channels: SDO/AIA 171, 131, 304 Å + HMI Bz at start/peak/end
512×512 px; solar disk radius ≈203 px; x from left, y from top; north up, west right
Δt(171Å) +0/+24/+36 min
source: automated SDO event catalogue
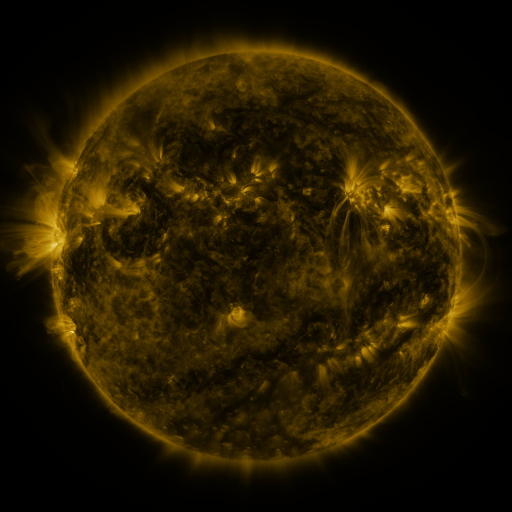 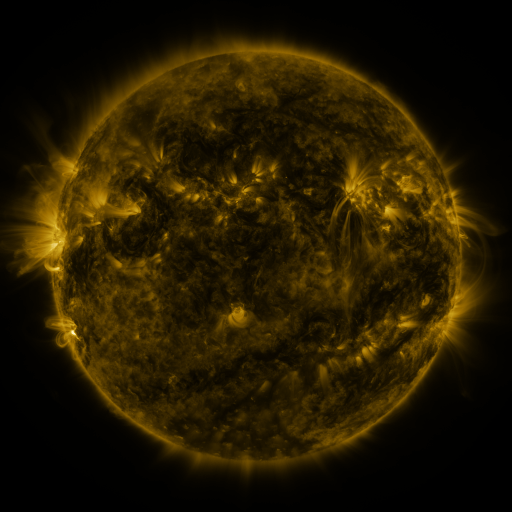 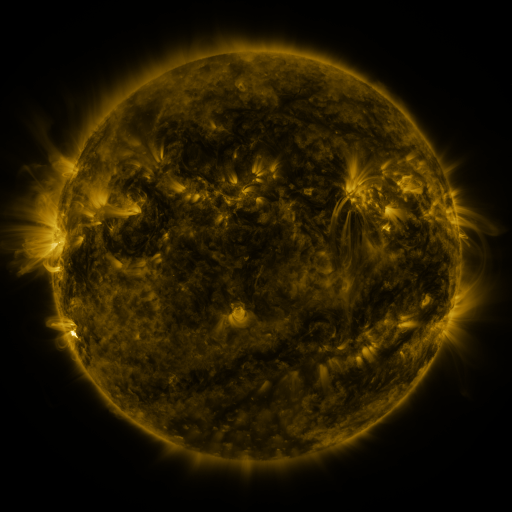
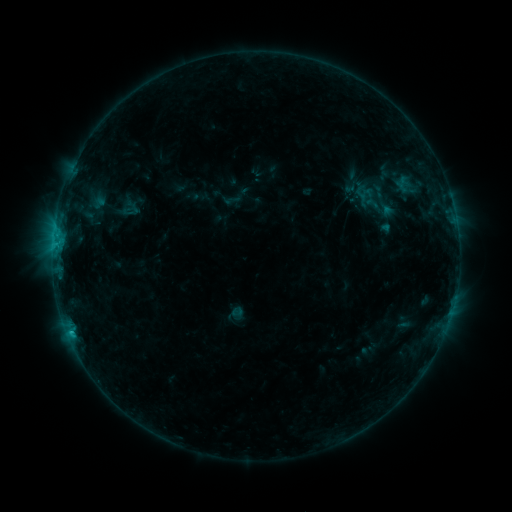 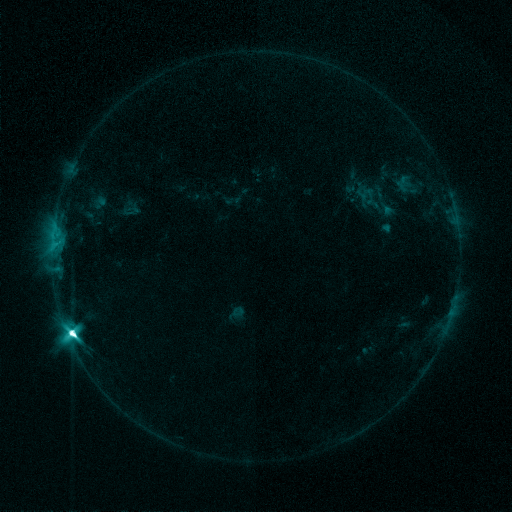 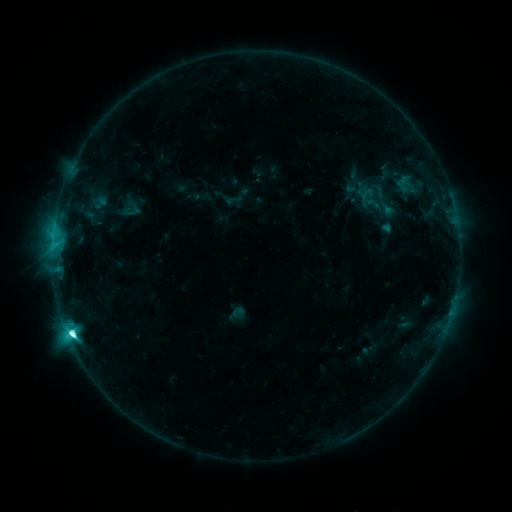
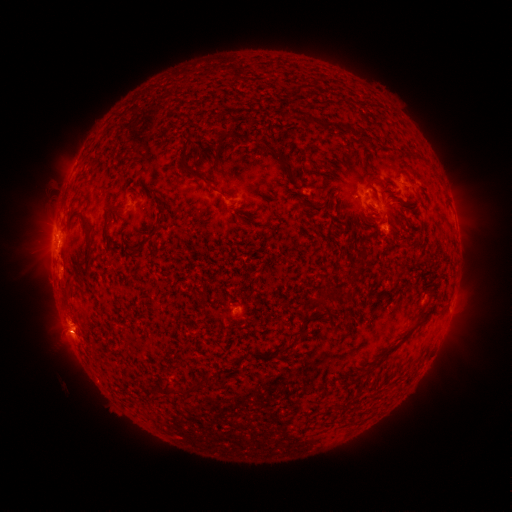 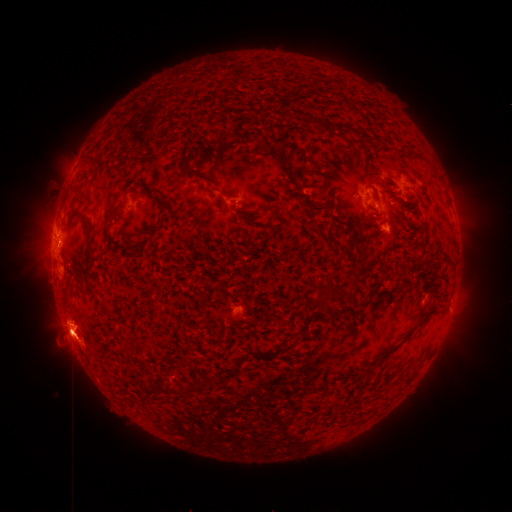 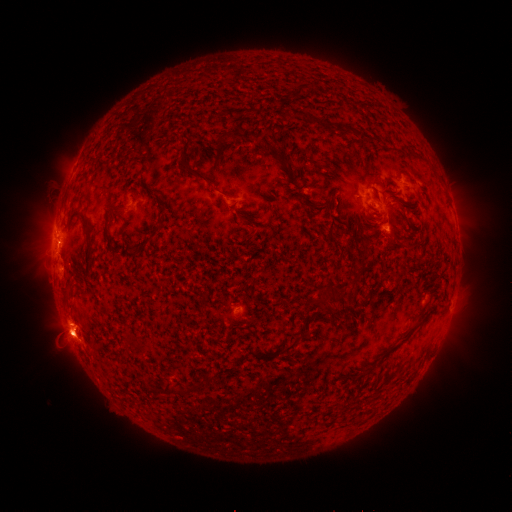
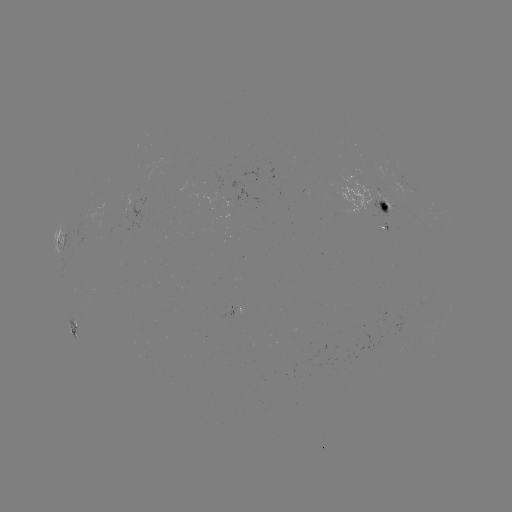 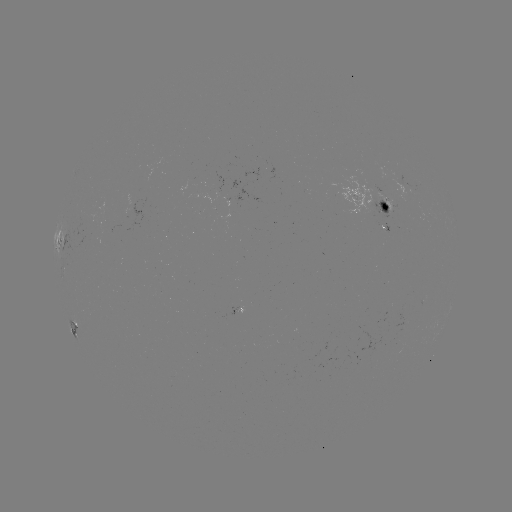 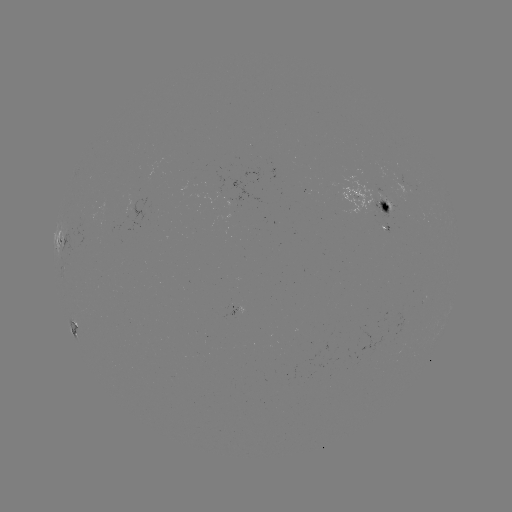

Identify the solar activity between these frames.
M1.6 flare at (72, 330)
